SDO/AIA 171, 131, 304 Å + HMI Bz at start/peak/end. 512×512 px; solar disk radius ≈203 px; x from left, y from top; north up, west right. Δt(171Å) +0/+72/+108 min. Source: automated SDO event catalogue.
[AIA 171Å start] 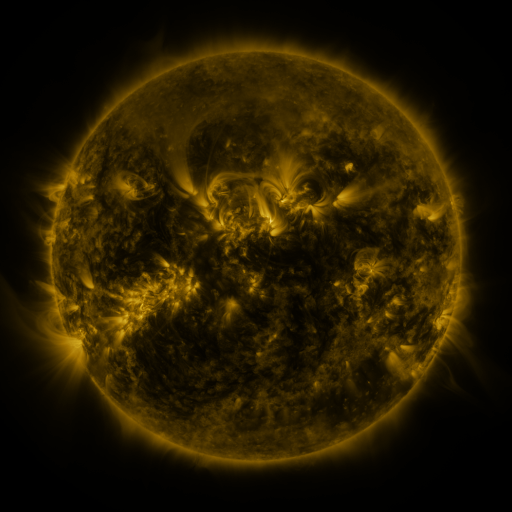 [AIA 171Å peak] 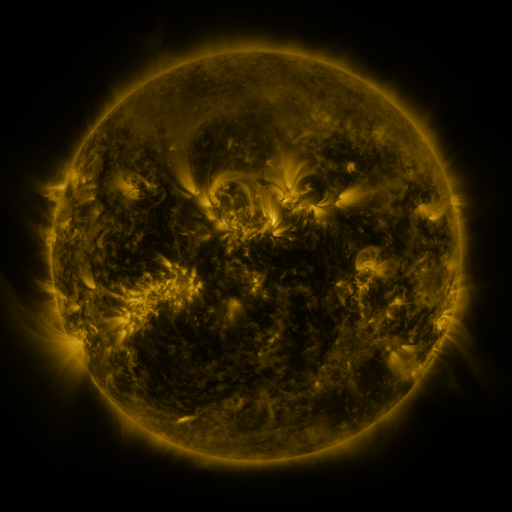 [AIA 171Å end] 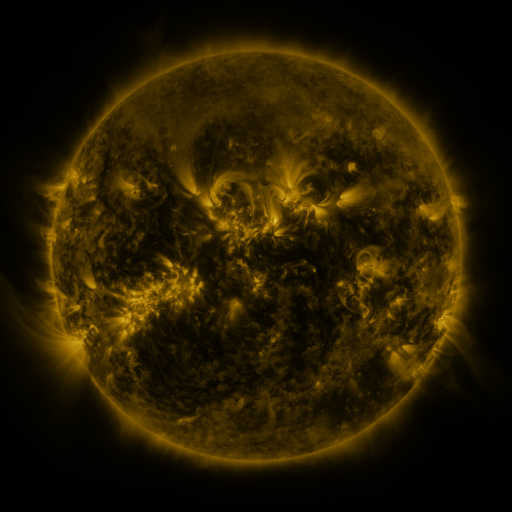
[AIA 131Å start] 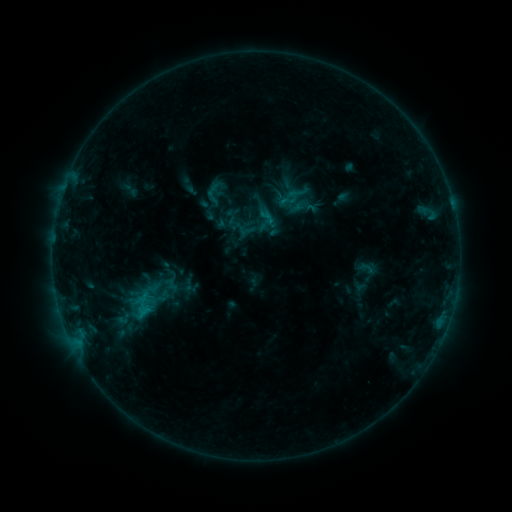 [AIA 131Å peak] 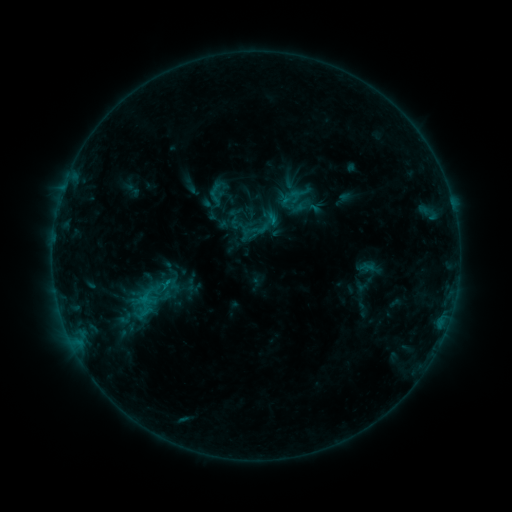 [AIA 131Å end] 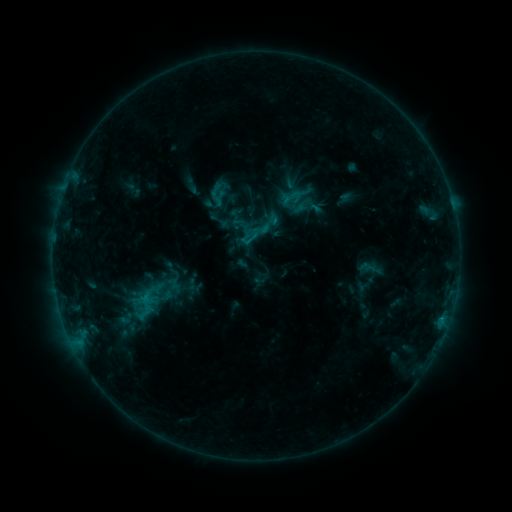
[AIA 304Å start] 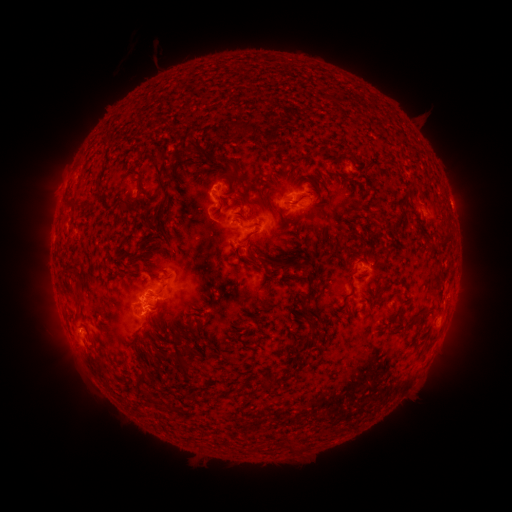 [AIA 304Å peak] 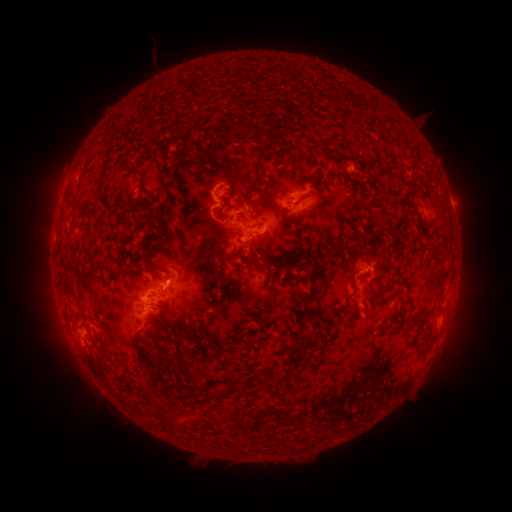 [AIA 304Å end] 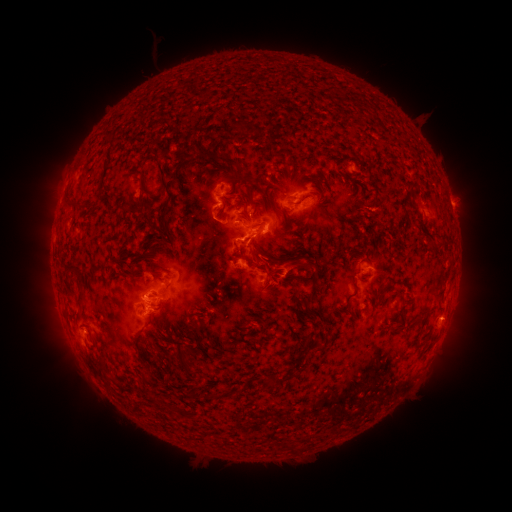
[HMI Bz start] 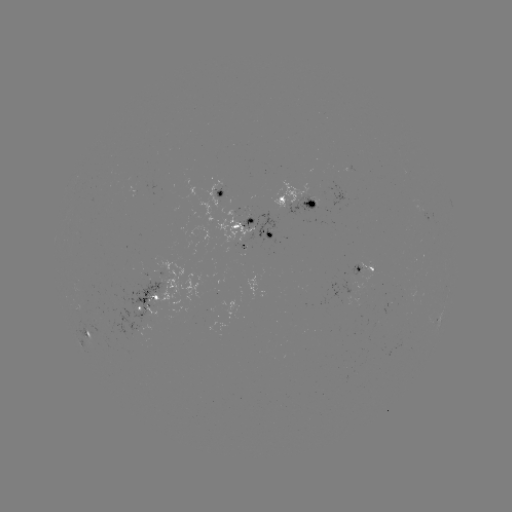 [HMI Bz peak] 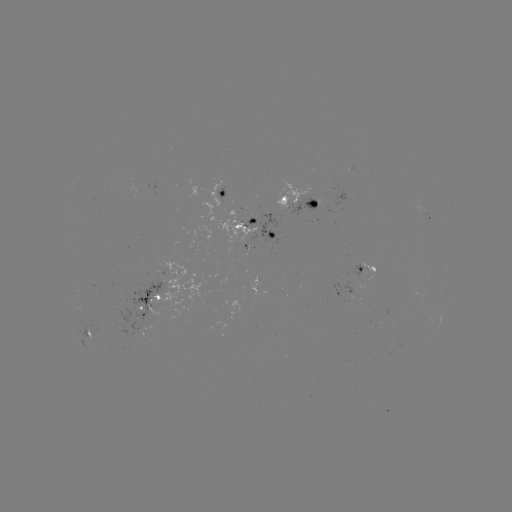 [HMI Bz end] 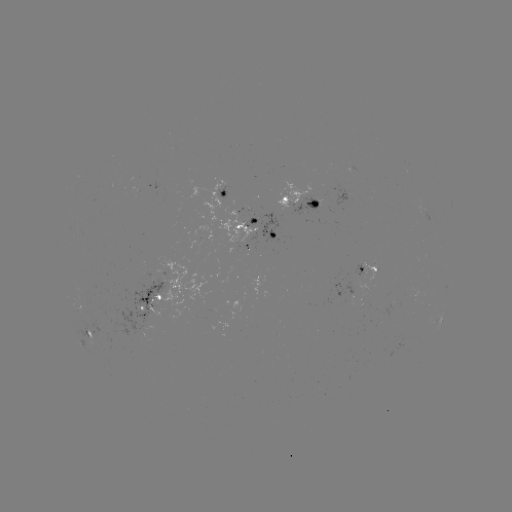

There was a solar emerging-flux region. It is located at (366, 264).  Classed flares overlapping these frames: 1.